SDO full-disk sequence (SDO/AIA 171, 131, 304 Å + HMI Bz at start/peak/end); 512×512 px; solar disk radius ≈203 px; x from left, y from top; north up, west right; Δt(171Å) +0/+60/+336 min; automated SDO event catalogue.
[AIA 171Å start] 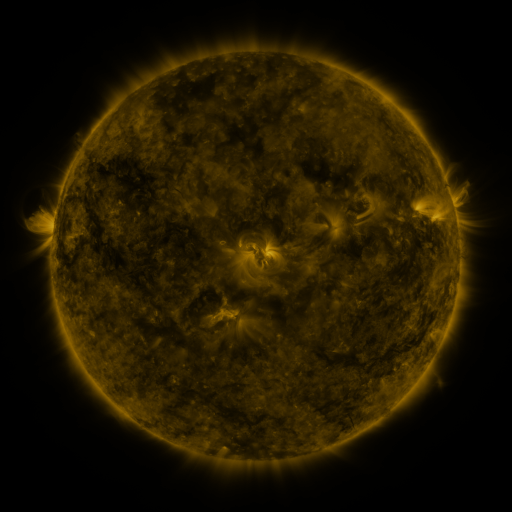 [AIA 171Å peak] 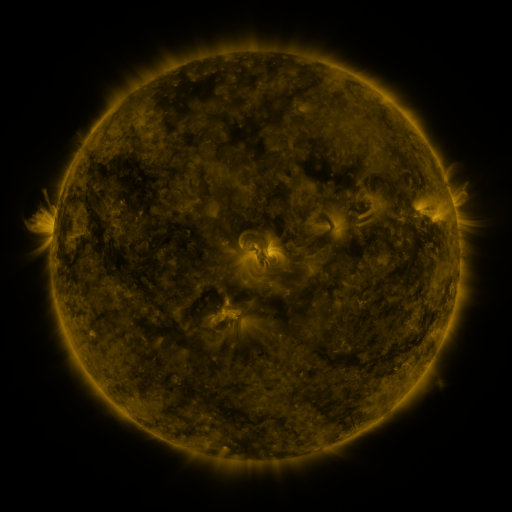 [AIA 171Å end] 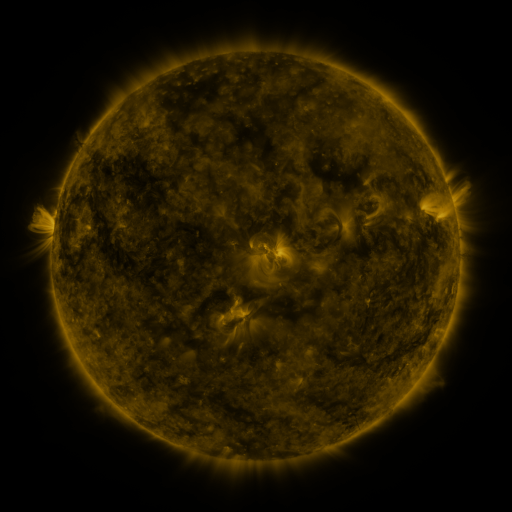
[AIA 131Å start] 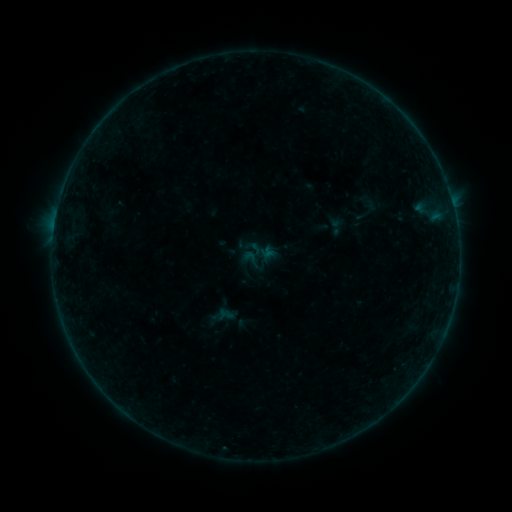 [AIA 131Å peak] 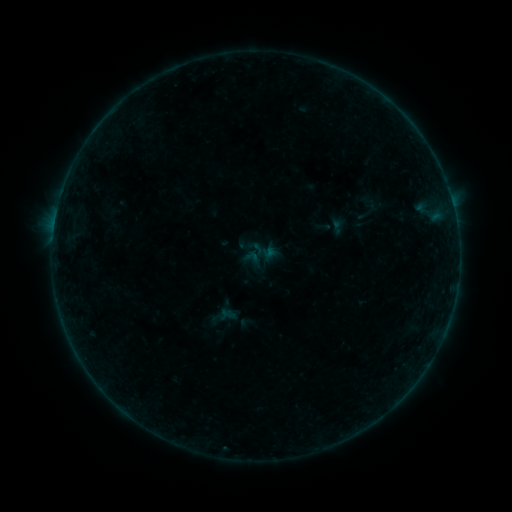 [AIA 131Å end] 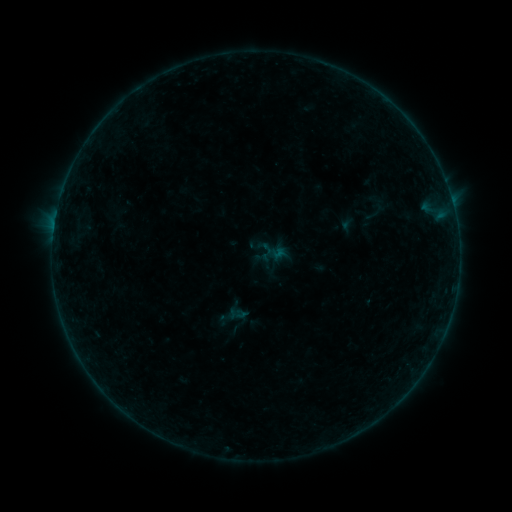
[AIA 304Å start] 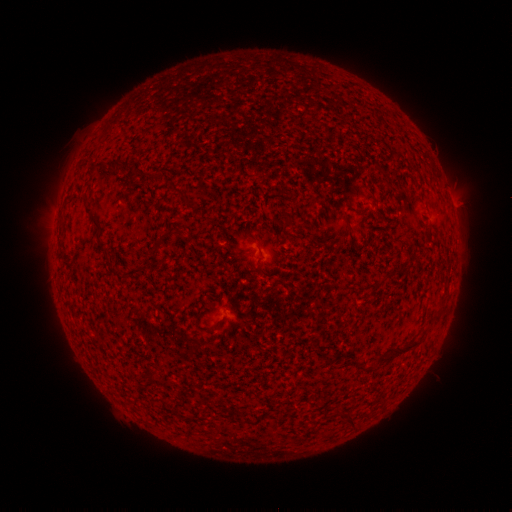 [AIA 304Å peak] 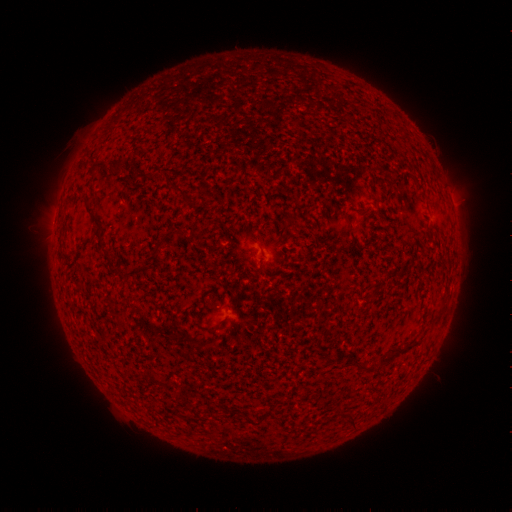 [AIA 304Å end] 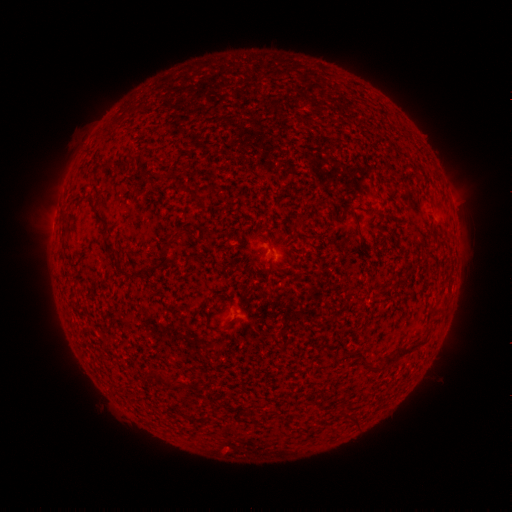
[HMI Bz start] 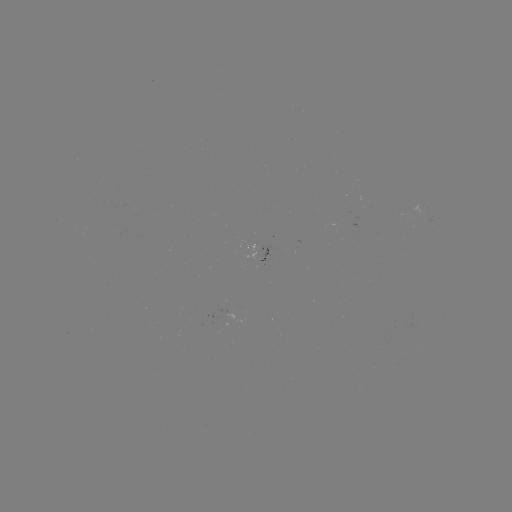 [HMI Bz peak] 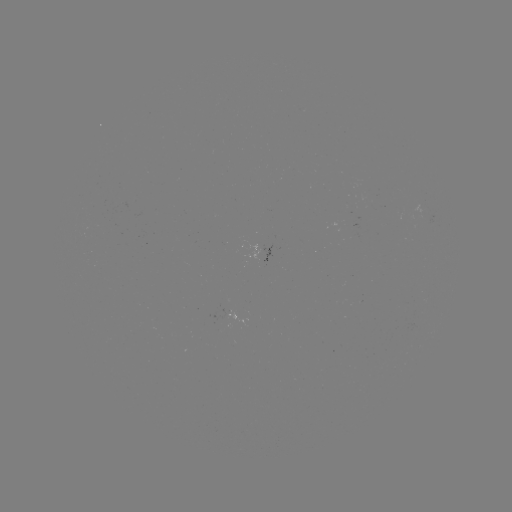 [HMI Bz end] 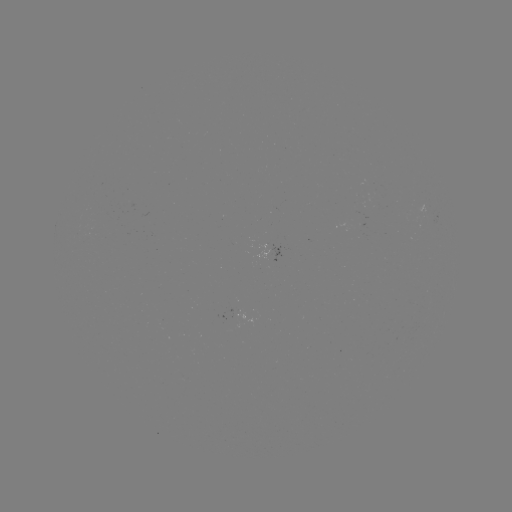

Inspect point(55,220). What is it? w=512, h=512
B1.7 flare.